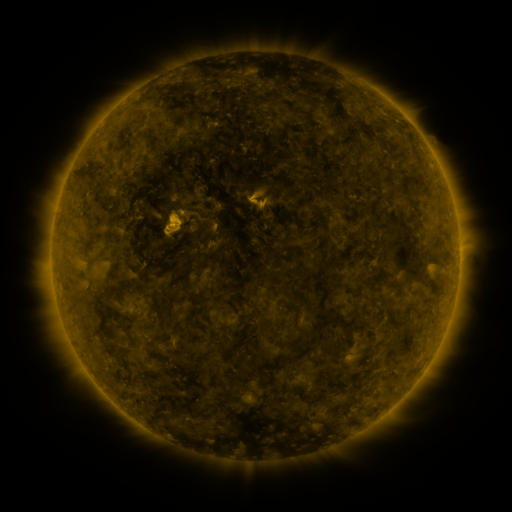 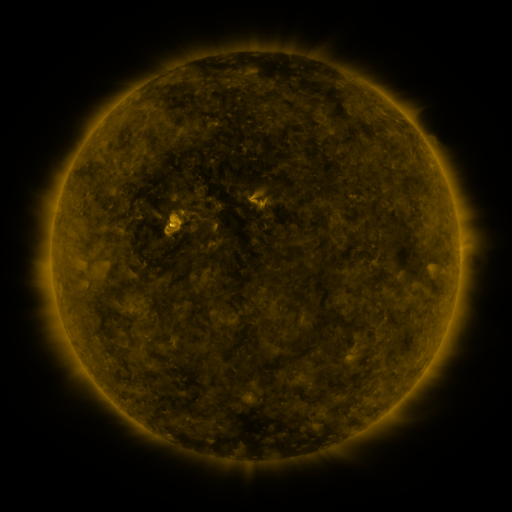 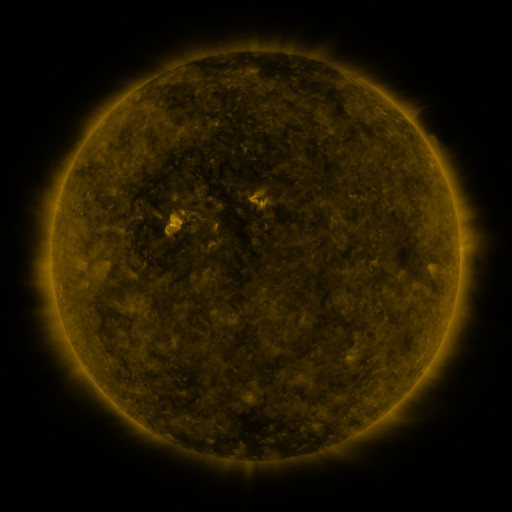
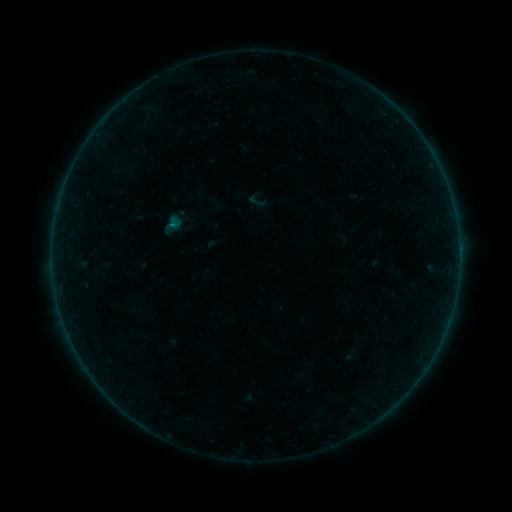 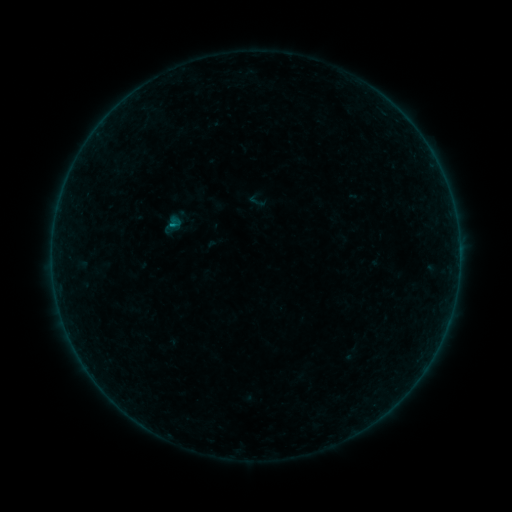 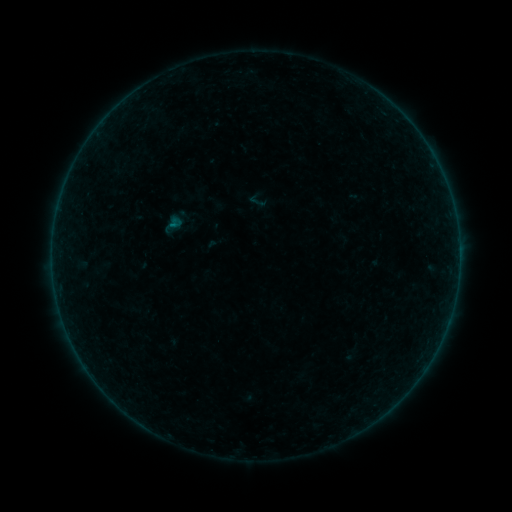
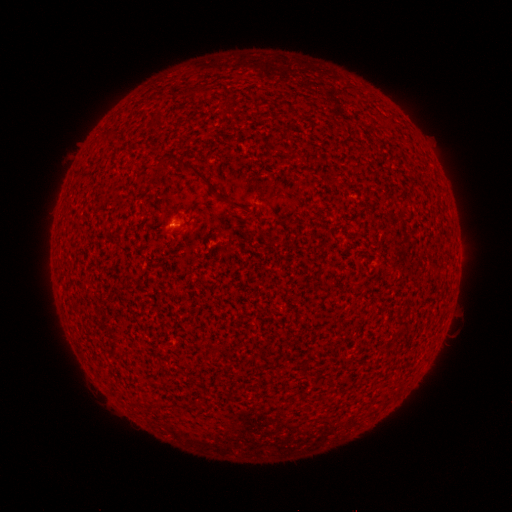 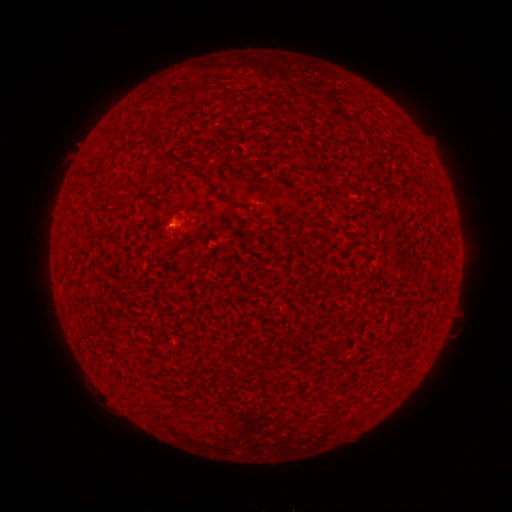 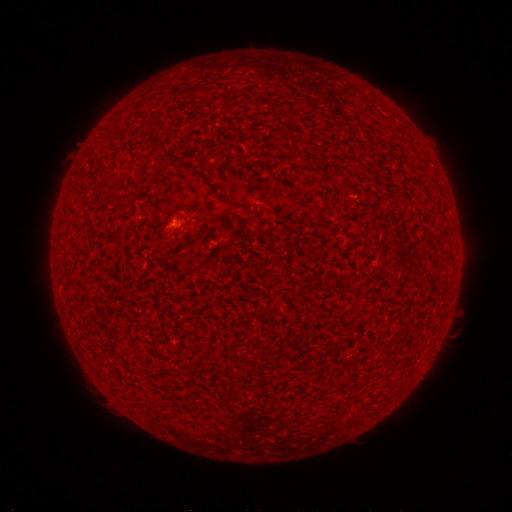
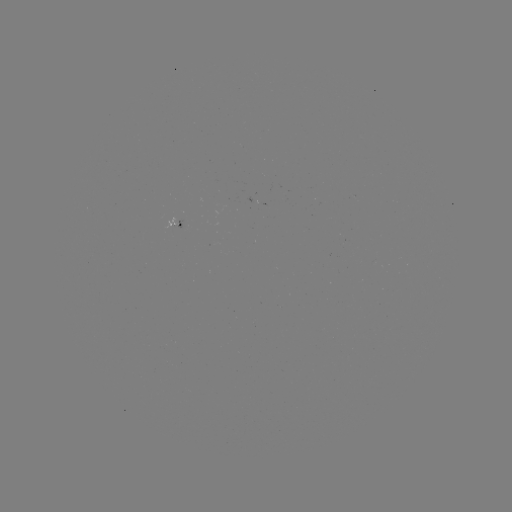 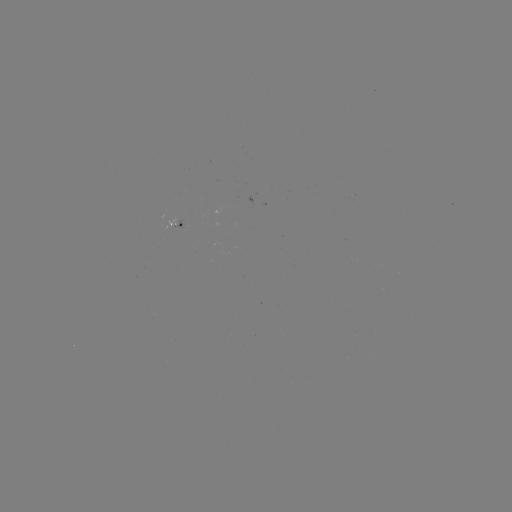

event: flare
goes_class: A3.1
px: (173, 225)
